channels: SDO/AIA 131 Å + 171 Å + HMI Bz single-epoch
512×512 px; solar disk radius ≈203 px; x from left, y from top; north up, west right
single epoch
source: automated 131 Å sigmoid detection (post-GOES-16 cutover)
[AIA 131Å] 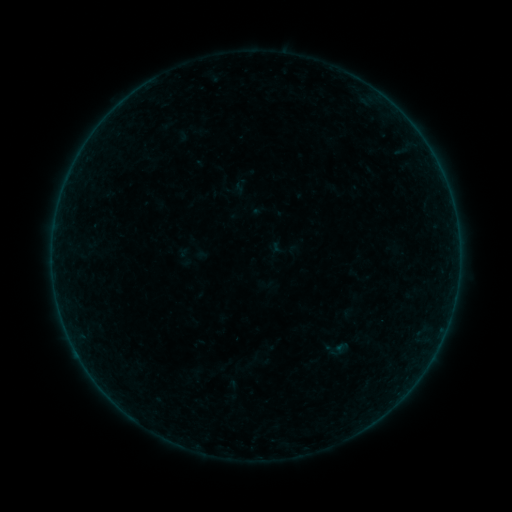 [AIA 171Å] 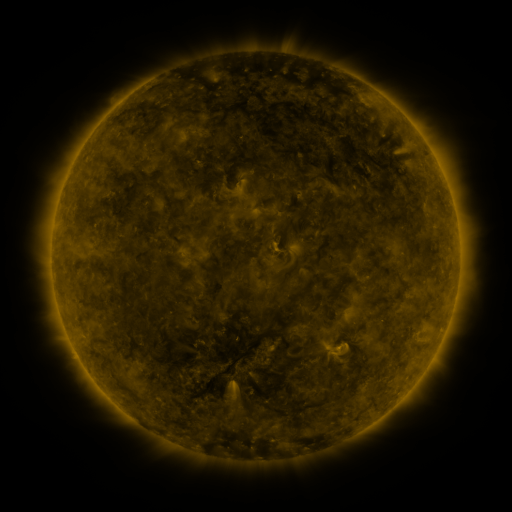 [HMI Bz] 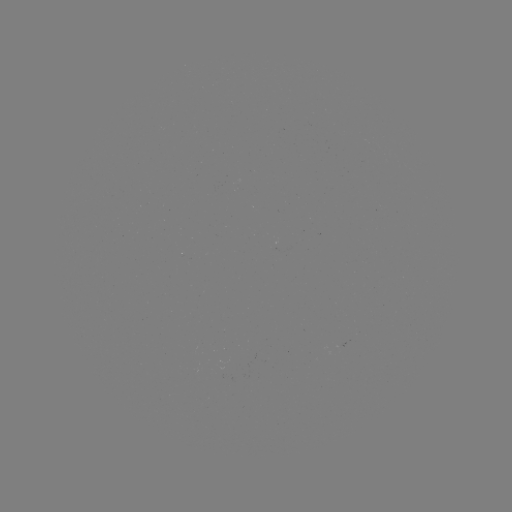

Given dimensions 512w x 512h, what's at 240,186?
sigmoid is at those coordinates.